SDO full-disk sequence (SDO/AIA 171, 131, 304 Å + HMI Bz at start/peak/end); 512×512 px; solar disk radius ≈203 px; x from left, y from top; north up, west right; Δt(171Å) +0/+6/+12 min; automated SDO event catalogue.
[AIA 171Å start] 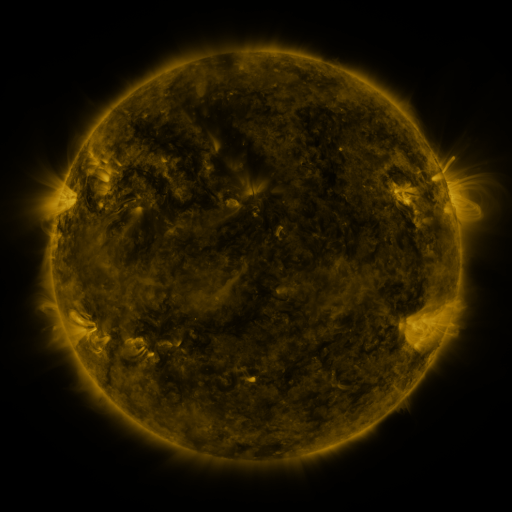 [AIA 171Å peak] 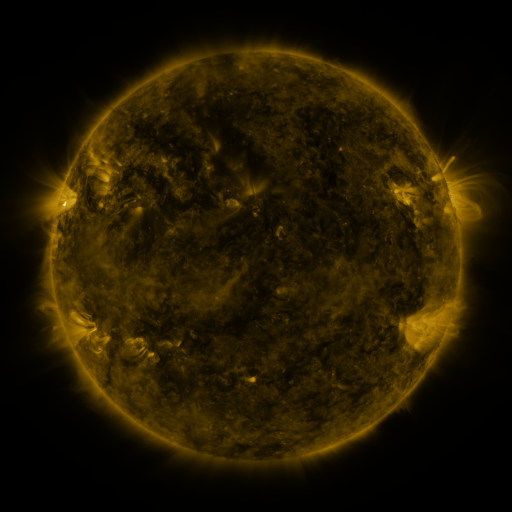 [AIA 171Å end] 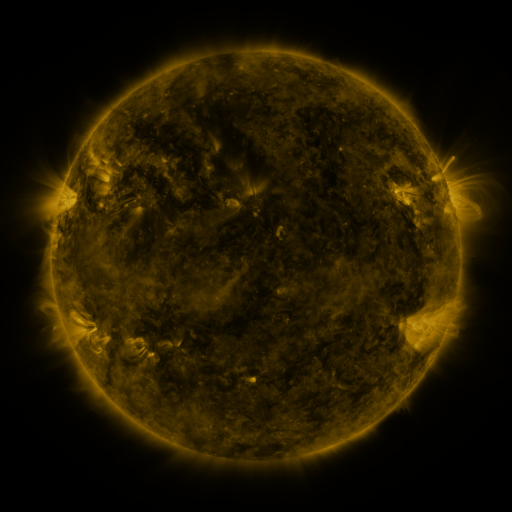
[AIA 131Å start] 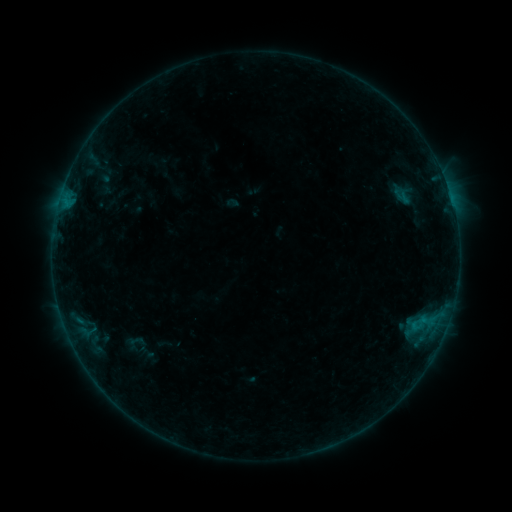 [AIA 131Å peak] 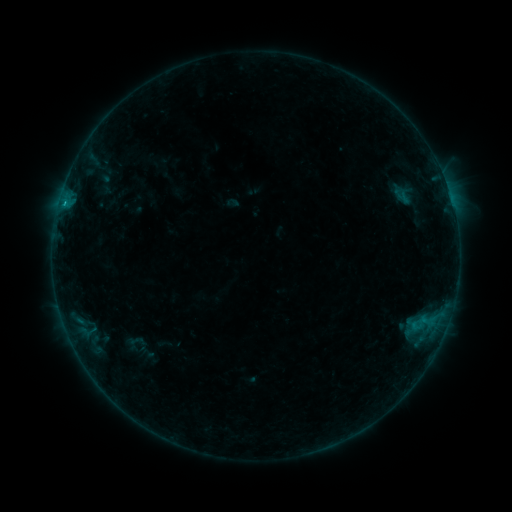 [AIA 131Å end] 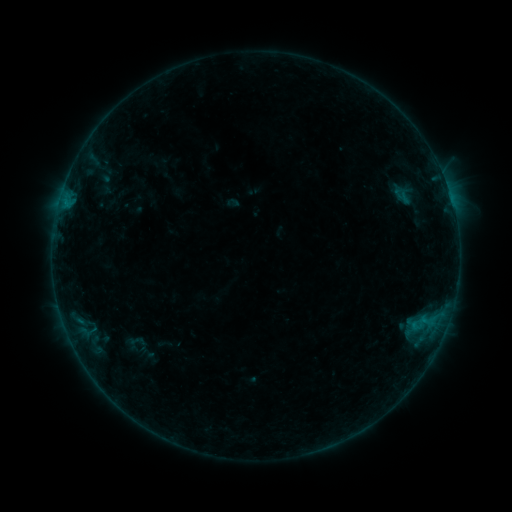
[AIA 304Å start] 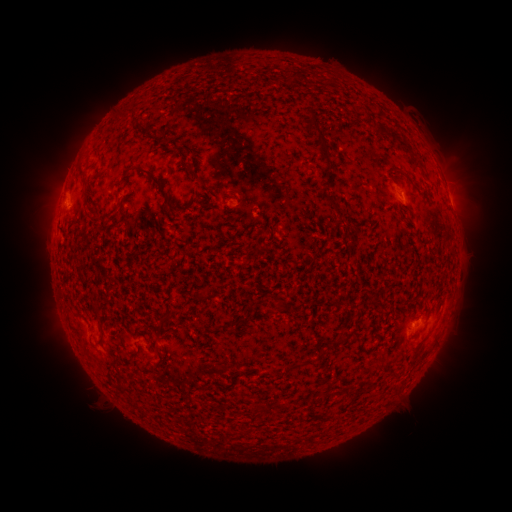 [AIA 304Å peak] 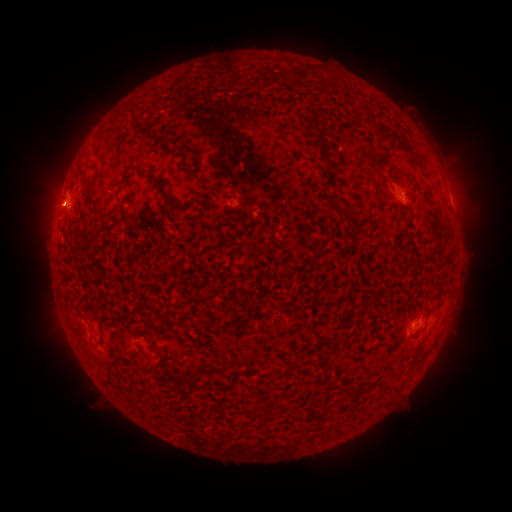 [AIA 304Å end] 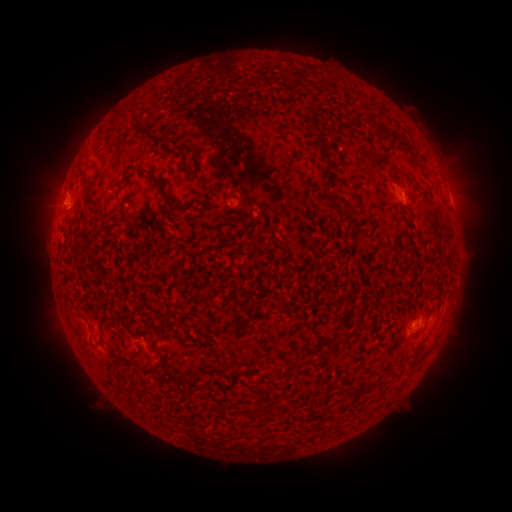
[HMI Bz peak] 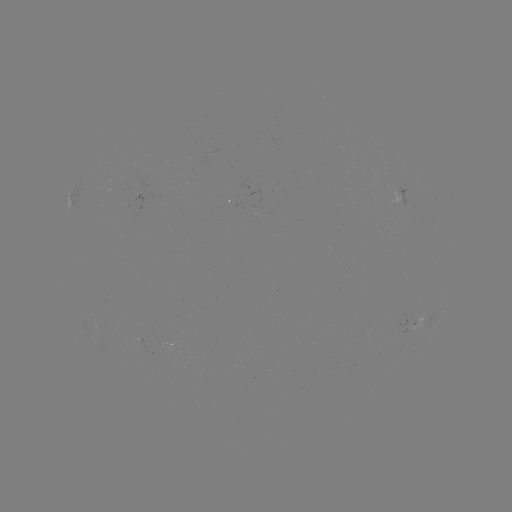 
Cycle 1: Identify B3.2 flare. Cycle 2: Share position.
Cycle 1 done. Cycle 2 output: (67, 205).